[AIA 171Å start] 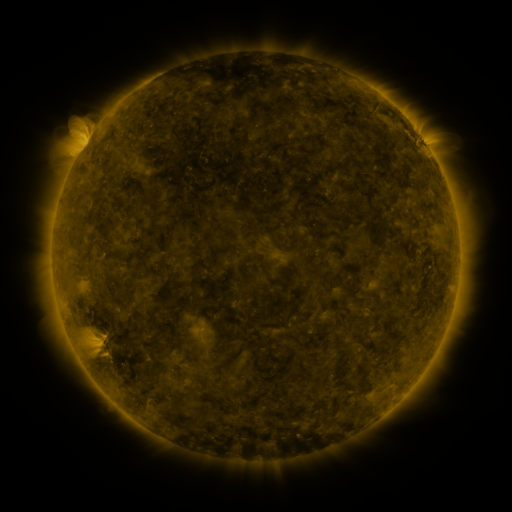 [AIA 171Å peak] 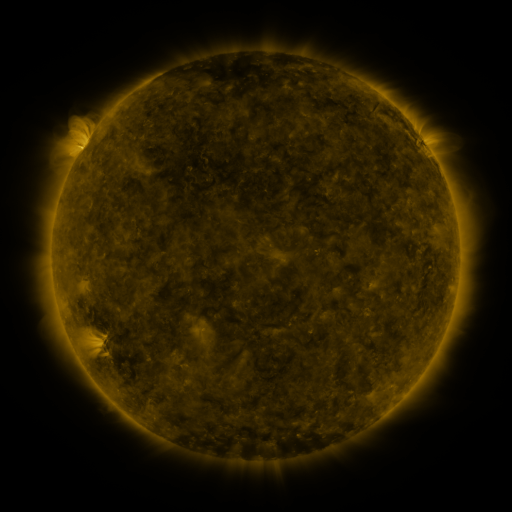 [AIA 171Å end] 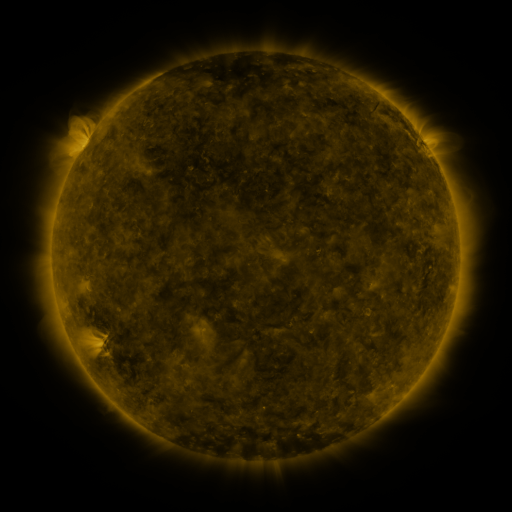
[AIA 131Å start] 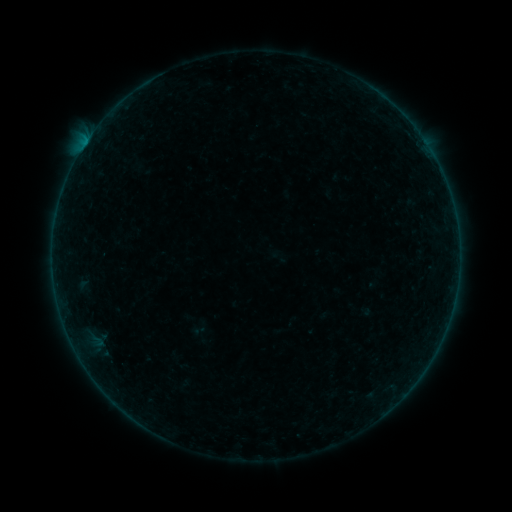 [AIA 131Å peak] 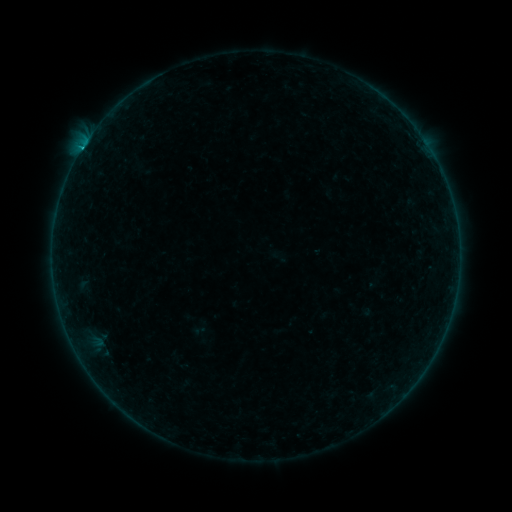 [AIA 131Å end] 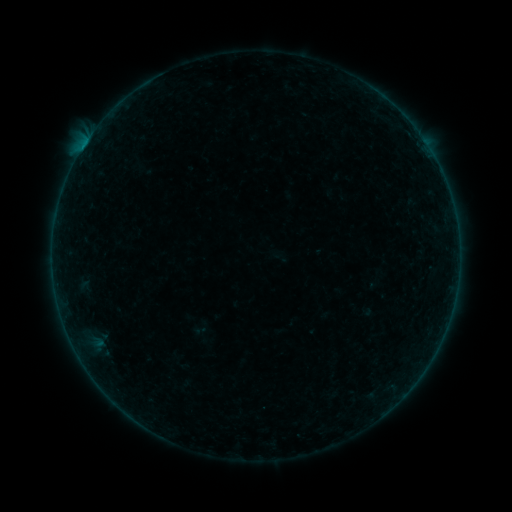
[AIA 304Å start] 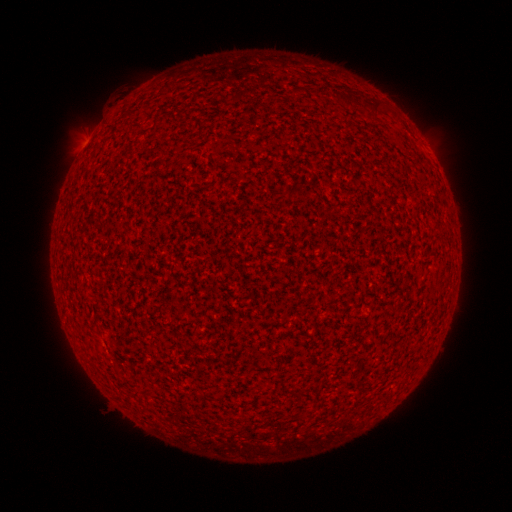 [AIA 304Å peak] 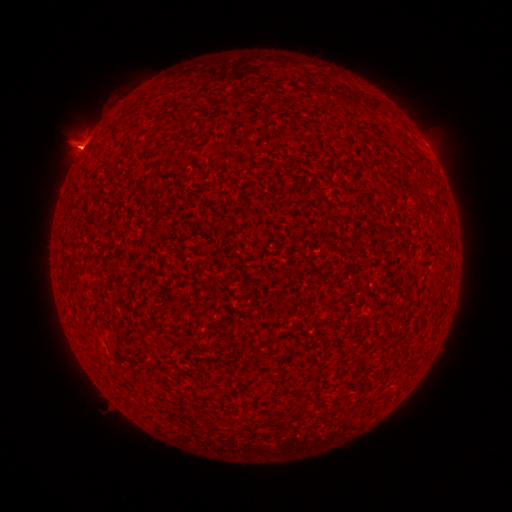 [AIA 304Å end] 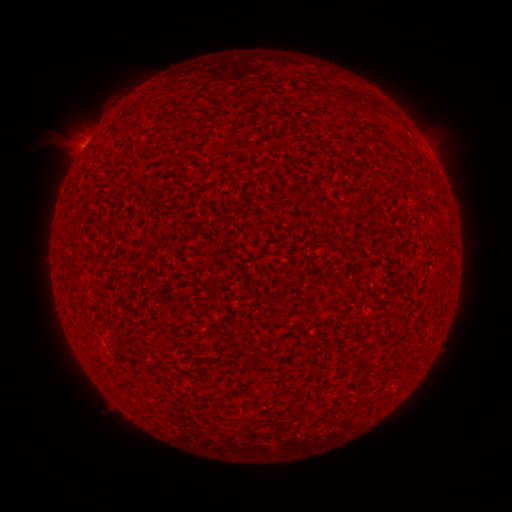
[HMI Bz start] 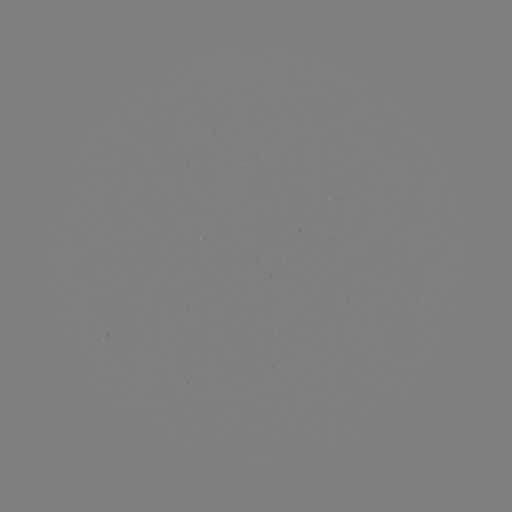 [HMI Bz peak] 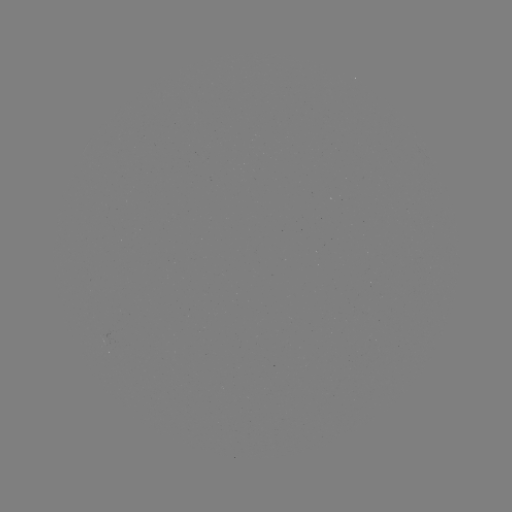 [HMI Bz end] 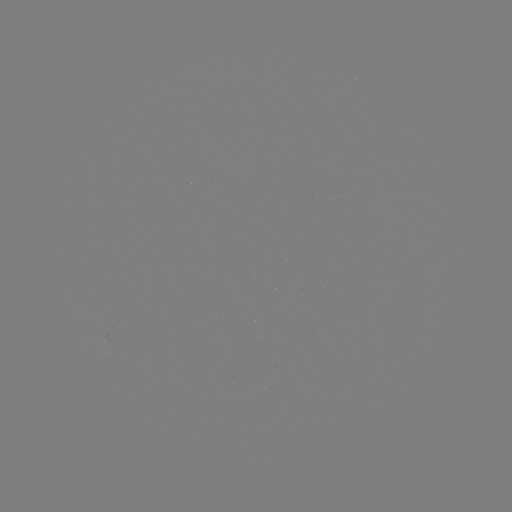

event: flare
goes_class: B8.7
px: (81, 151)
